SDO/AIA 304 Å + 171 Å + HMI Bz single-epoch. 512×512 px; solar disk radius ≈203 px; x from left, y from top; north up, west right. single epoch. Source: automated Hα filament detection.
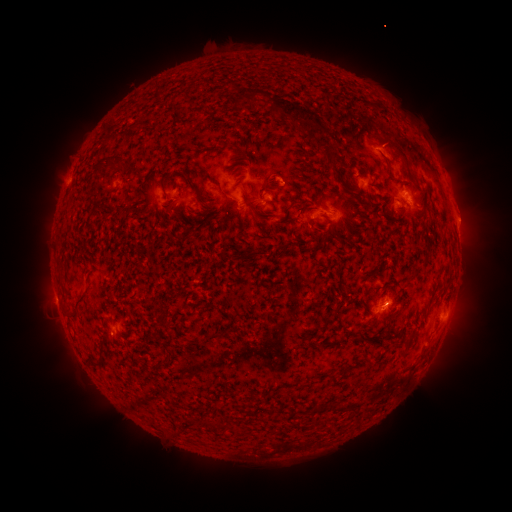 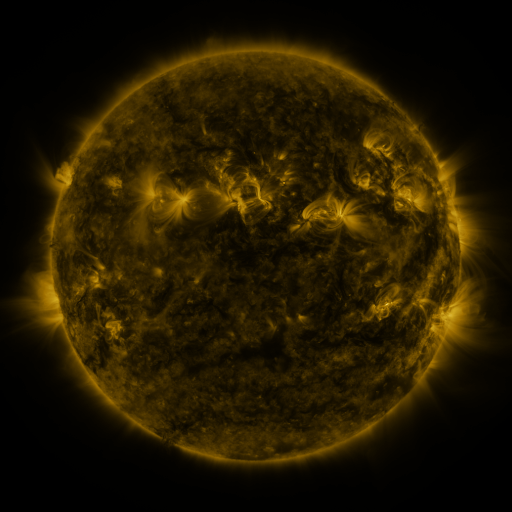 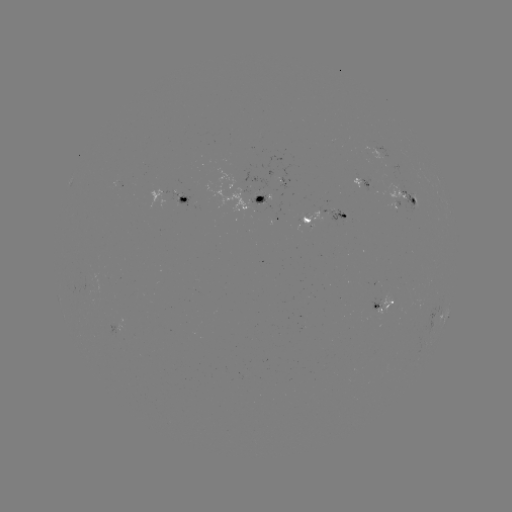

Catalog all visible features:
filament: [248, 88, 338, 142]
filament: [380, 131, 411, 177]
filament: [312, 134, 334, 167]
filament: [222, 139, 243, 154]
filament: [97, 157, 126, 179]
filament: [182, 172, 198, 193]
filament: [158, 179, 169, 200]
filament: [171, 185, 183, 215]
filament: [240, 191, 275, 219]
filament: [271, 208, 290, 230]
filament: [255, 247, 265, 256]
filament: [75, 296, 88, 311]
filament: [66, 310, 80, 322]
filament: [404, 332, 414, 341]
filament: [204, 333, 218, 342]
filament: [161, 359, 172, 366]
filament: [89, 360, 105, 370]
filament: [330, 398, 349, 410]
filament: [313, 402, 331, 412]
filament: [192, 416, 205, 425]
filament: [207, 418, 220, 429]
